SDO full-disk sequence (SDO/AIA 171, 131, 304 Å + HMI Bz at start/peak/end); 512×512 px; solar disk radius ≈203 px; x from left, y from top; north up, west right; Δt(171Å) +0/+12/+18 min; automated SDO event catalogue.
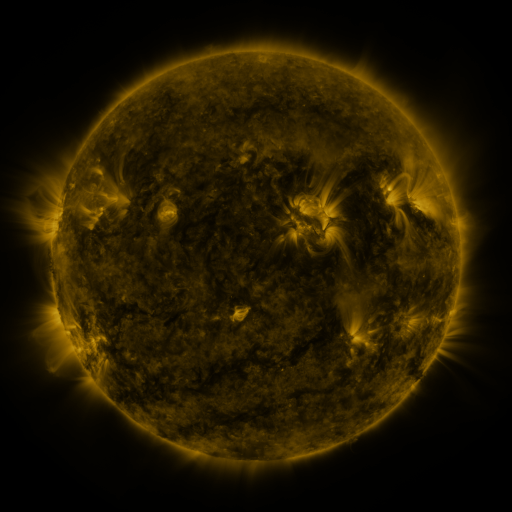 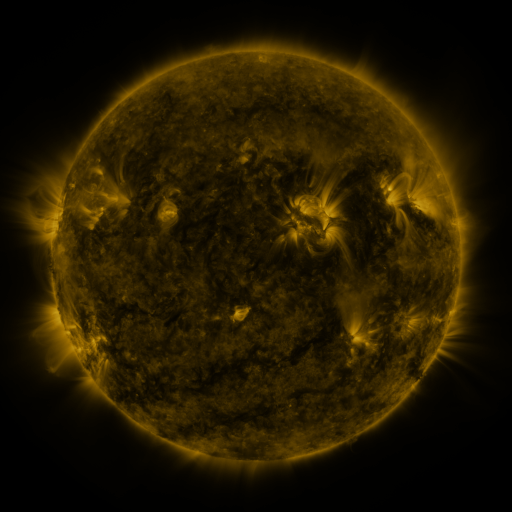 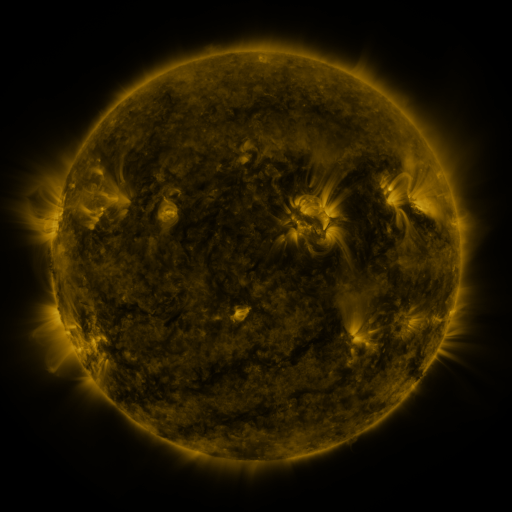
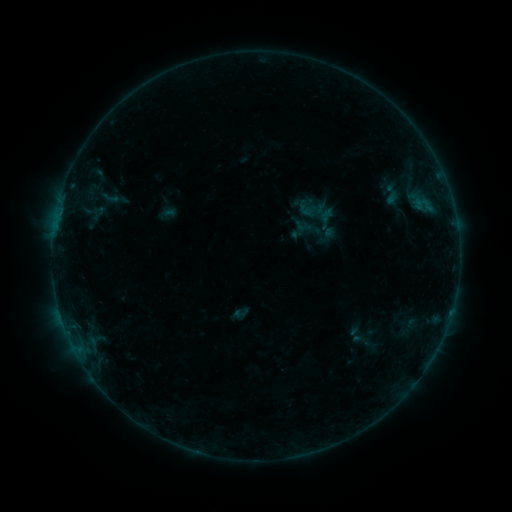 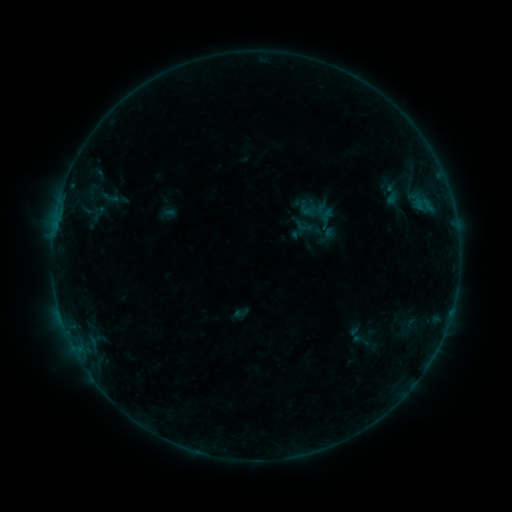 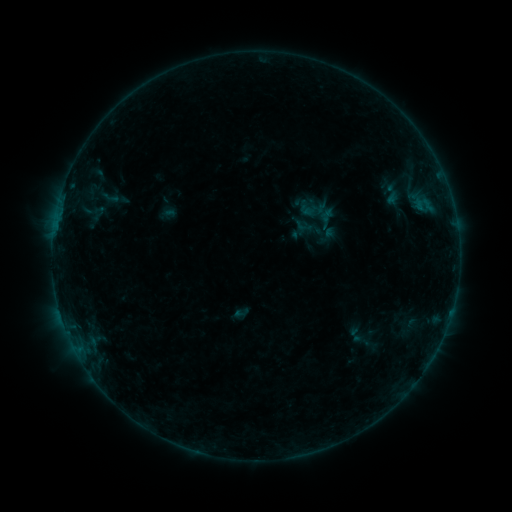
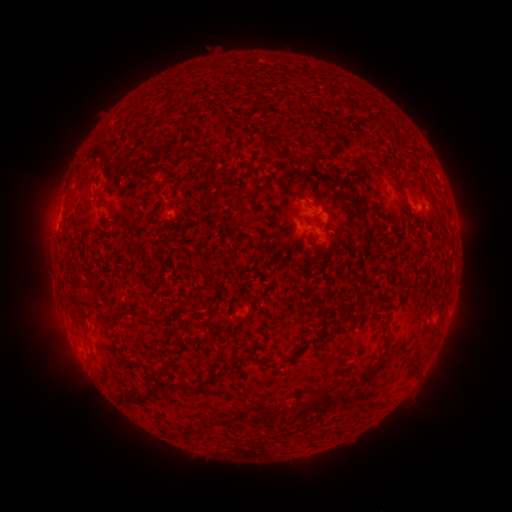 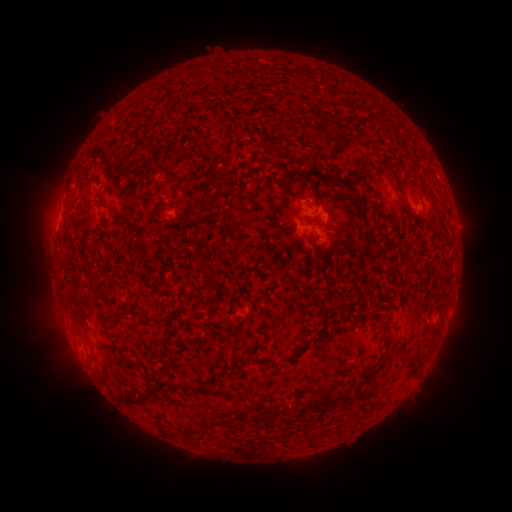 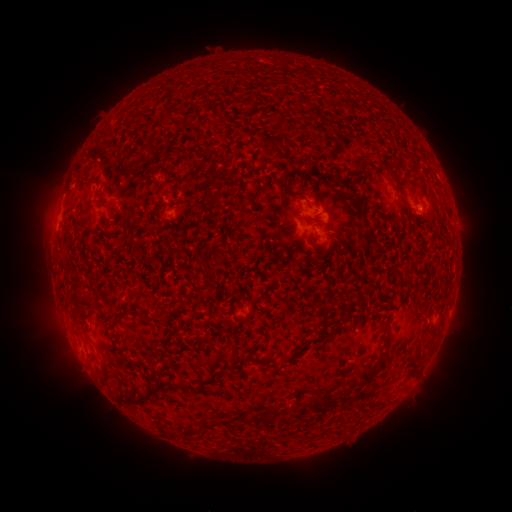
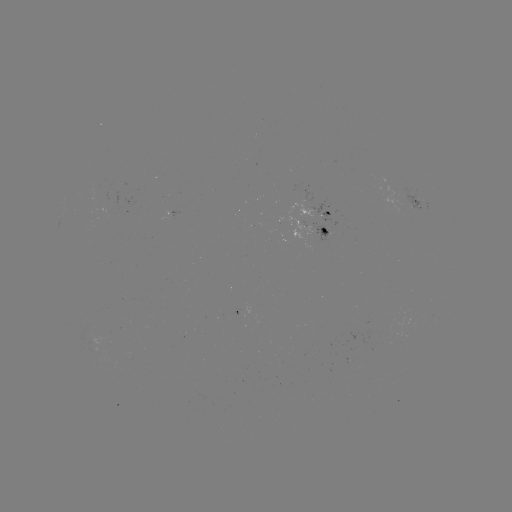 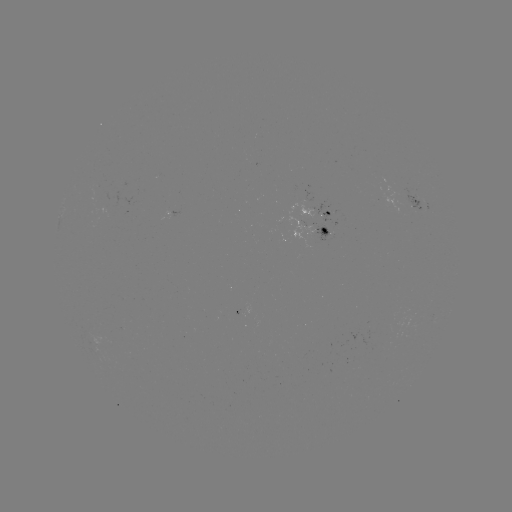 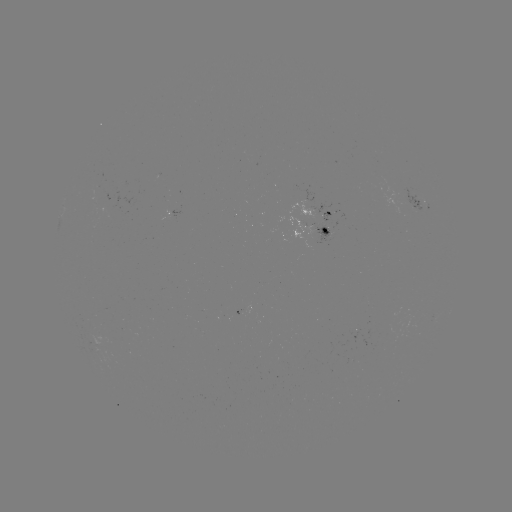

no flare in any classed list; no EUV-trigger detection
